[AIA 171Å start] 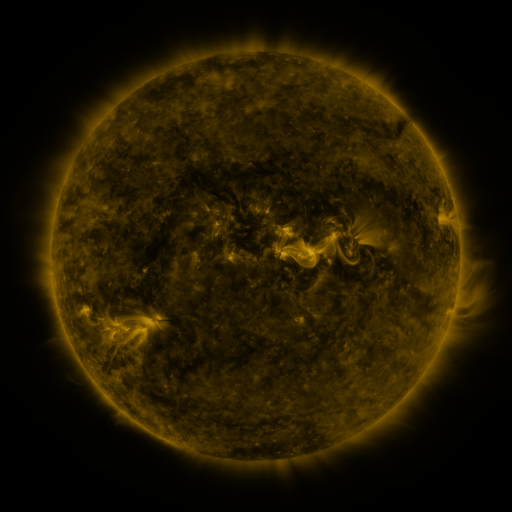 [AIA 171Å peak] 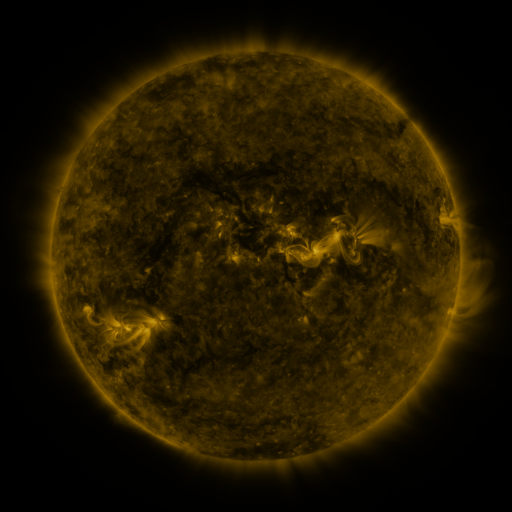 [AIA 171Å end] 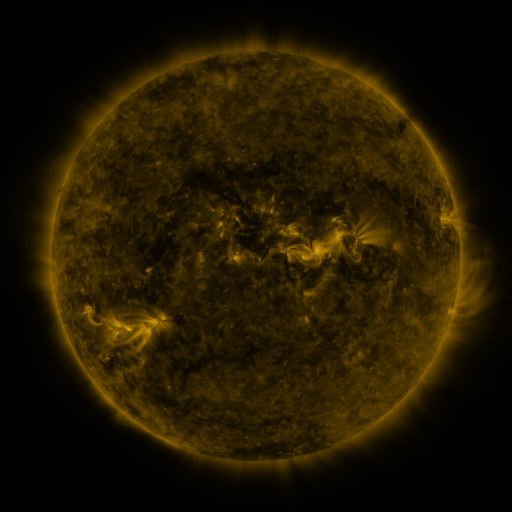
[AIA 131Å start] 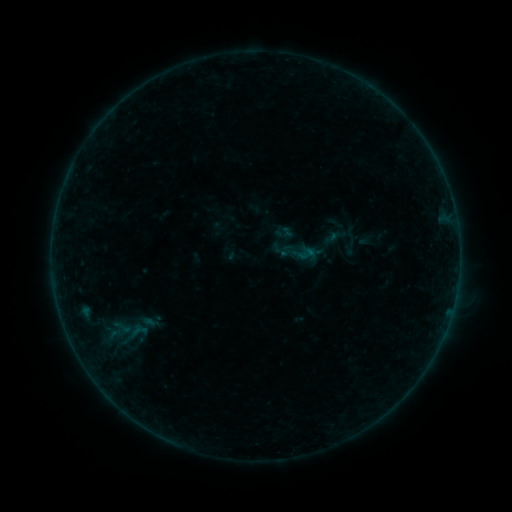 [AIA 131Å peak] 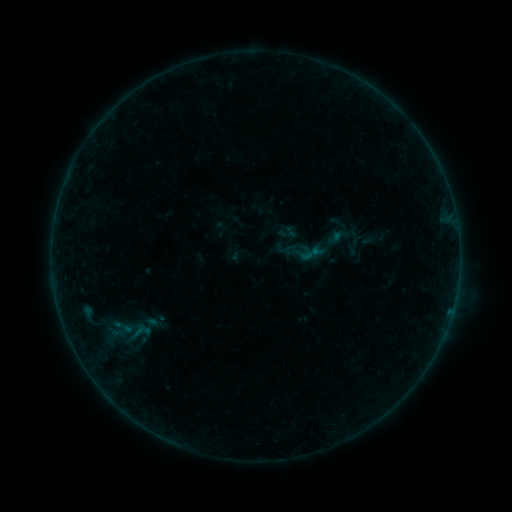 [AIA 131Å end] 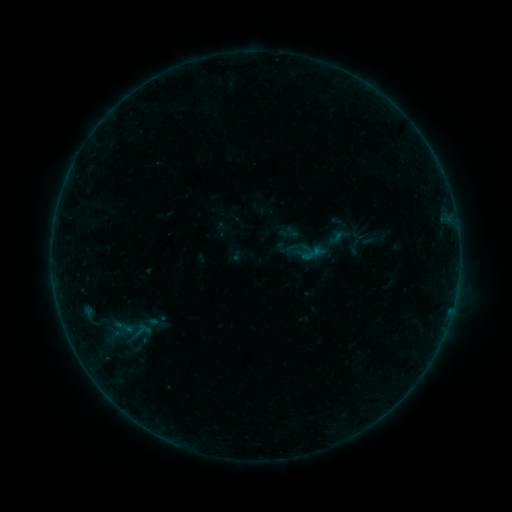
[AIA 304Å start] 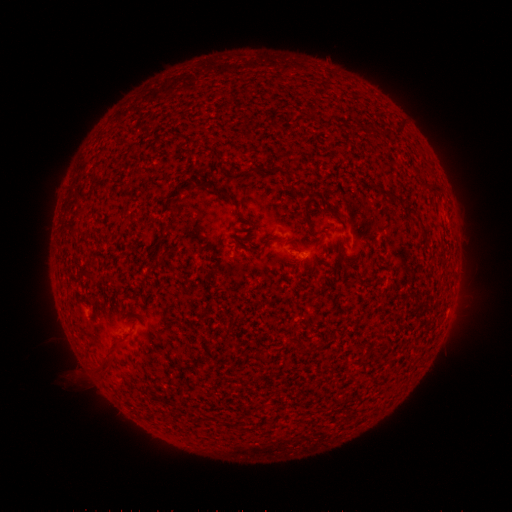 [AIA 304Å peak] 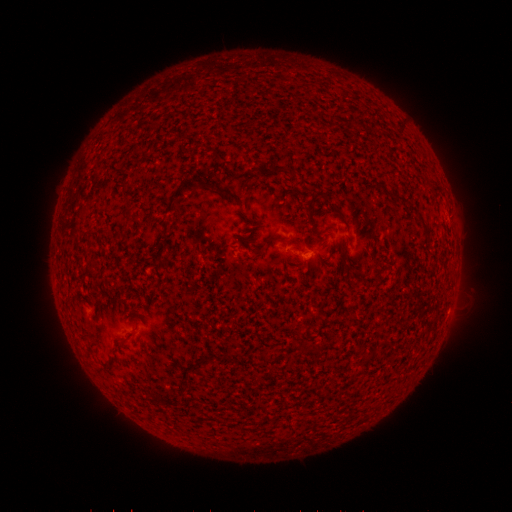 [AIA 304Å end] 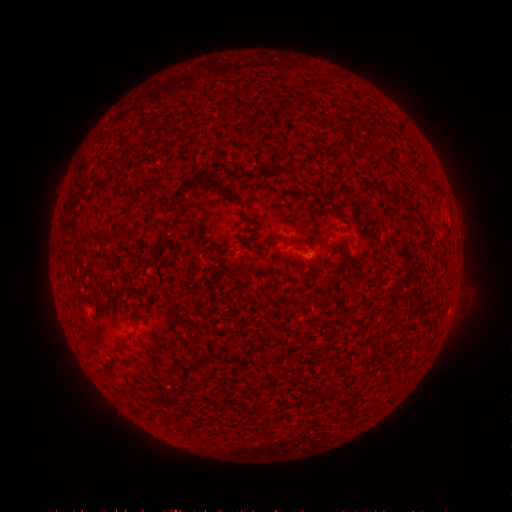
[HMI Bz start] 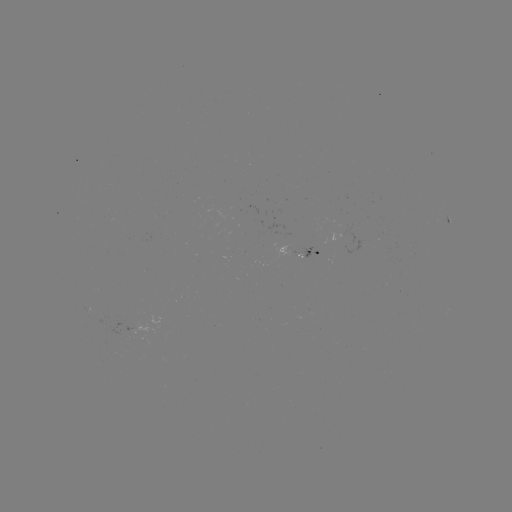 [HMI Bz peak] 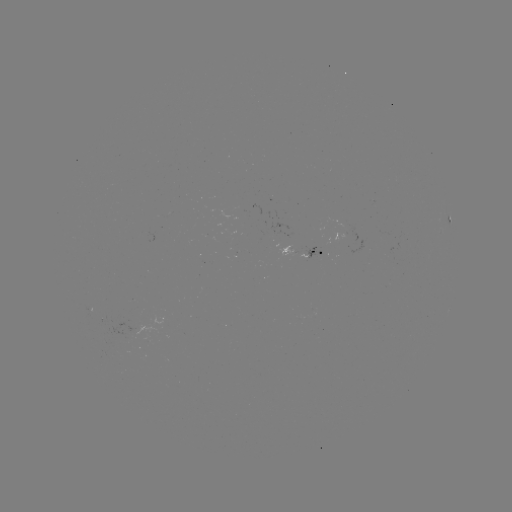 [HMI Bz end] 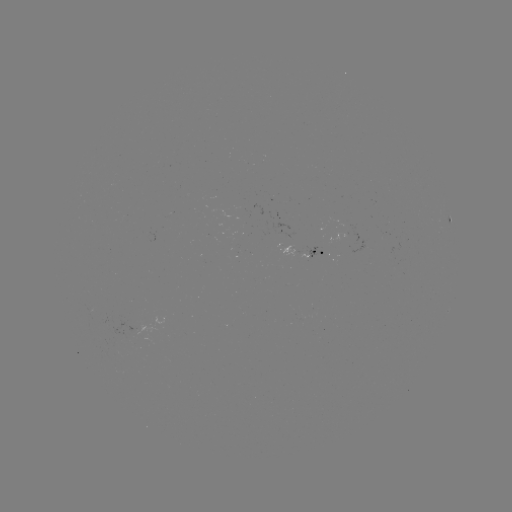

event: emerging-flux region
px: (343, 236)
